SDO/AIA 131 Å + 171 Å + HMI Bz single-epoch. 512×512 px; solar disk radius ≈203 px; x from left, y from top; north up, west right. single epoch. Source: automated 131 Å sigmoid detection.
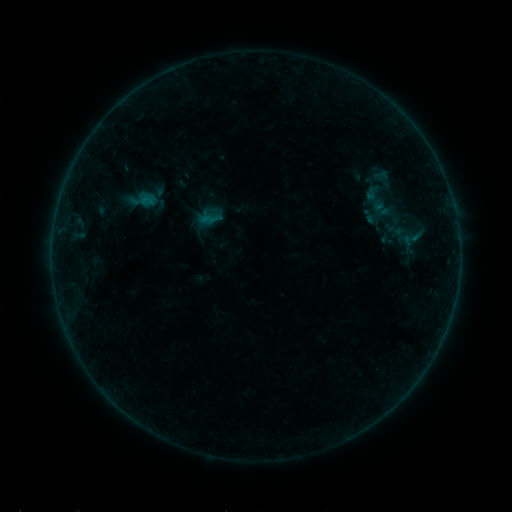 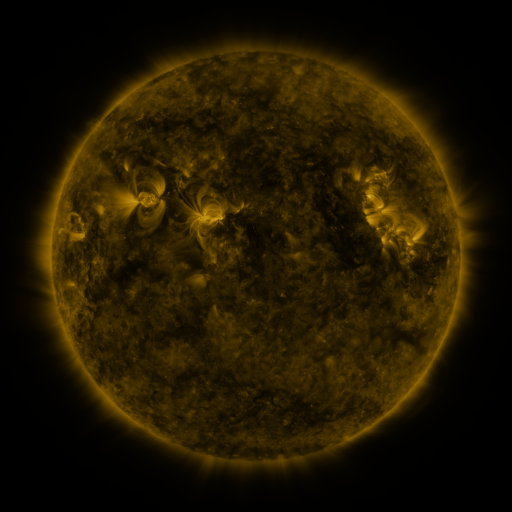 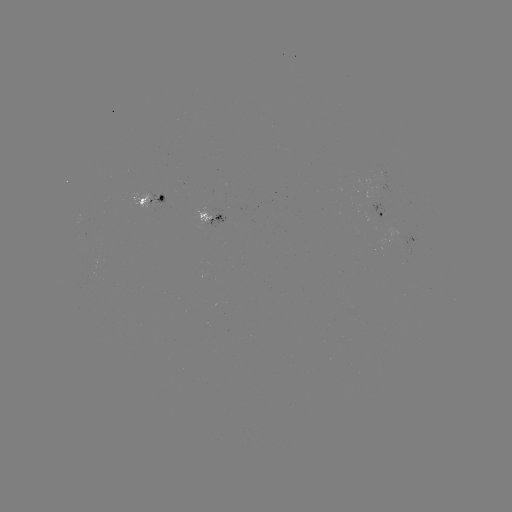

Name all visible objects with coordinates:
sigmoid: [399, 224, 424, 253]
